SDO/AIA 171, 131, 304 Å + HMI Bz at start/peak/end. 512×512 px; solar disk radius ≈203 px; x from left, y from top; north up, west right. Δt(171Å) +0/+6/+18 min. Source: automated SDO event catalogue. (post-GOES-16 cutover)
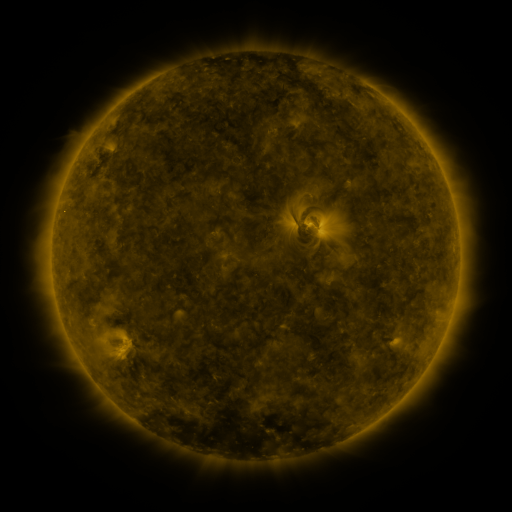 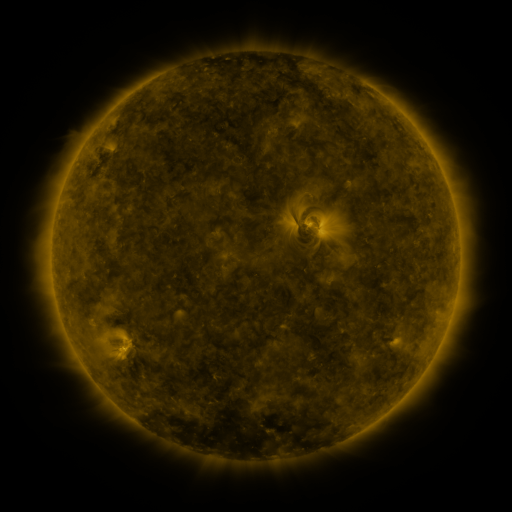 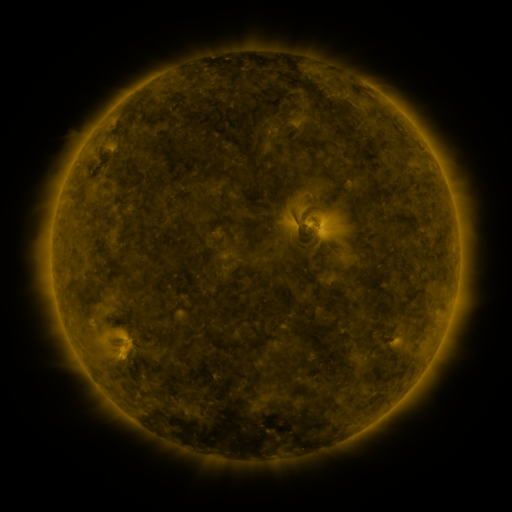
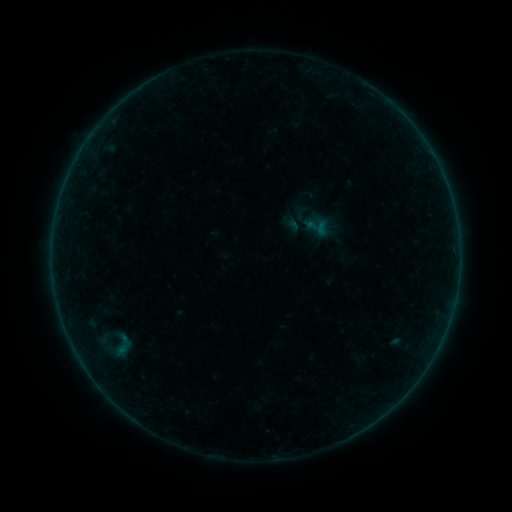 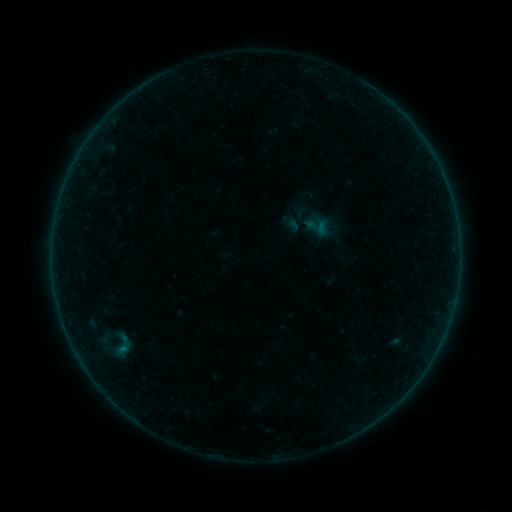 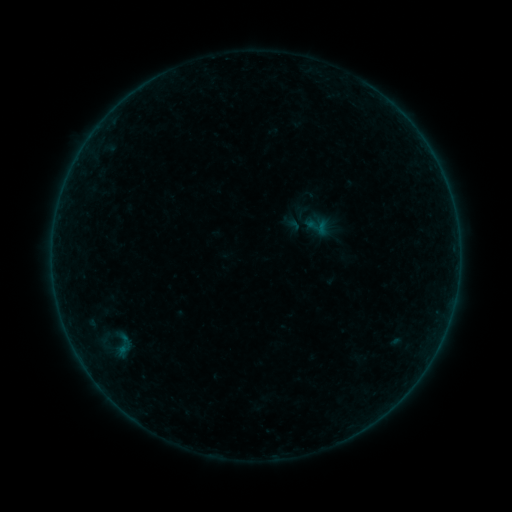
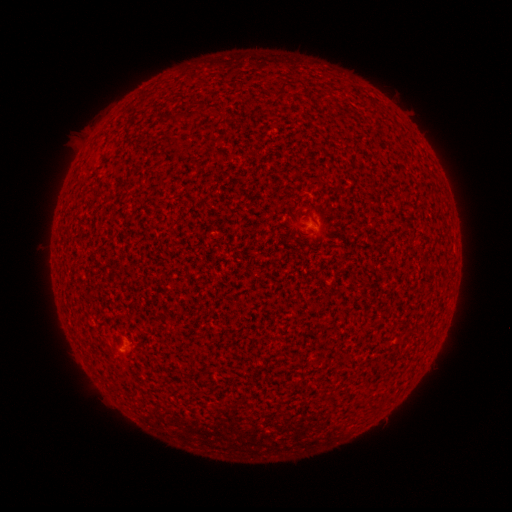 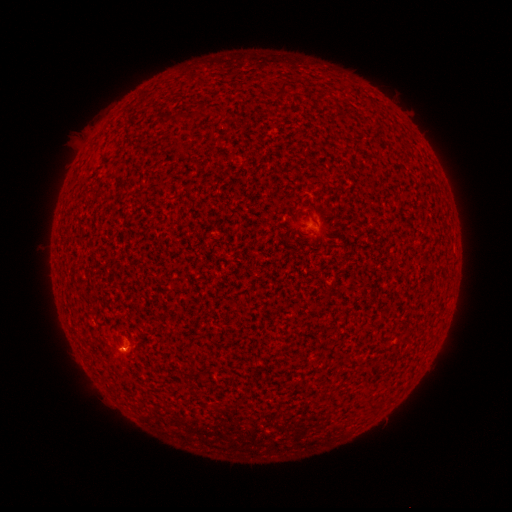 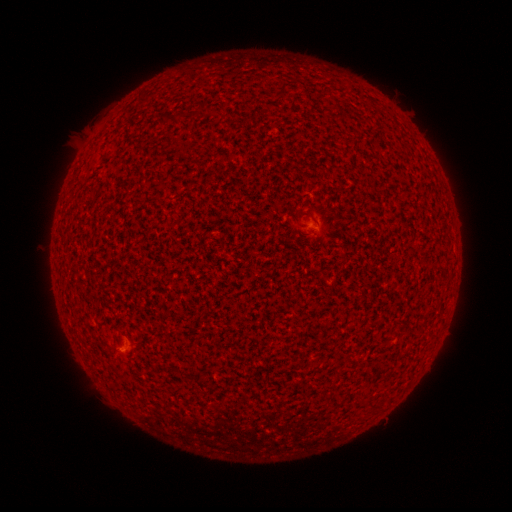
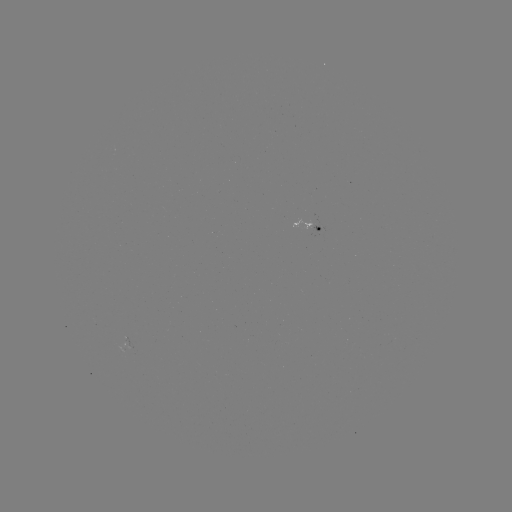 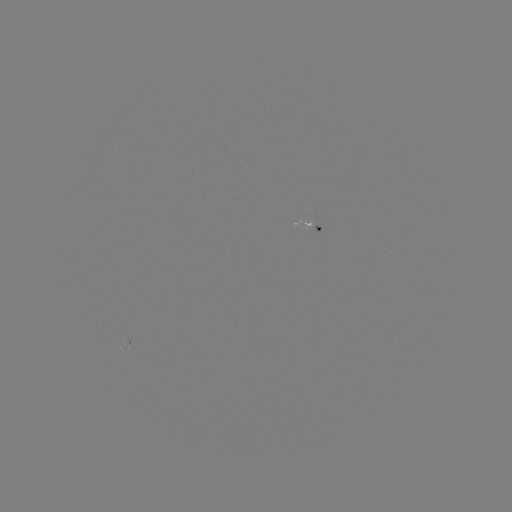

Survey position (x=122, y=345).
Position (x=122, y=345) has B1.2 flare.